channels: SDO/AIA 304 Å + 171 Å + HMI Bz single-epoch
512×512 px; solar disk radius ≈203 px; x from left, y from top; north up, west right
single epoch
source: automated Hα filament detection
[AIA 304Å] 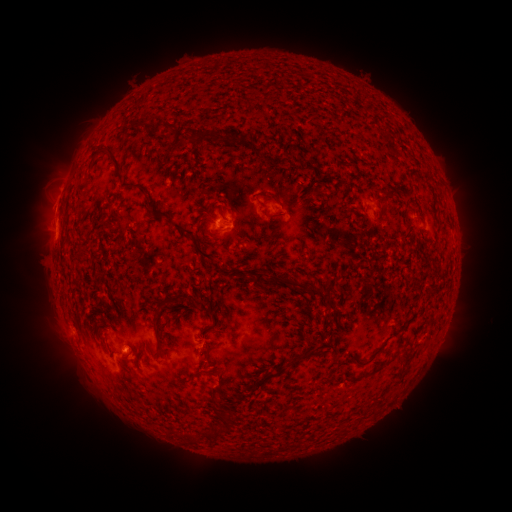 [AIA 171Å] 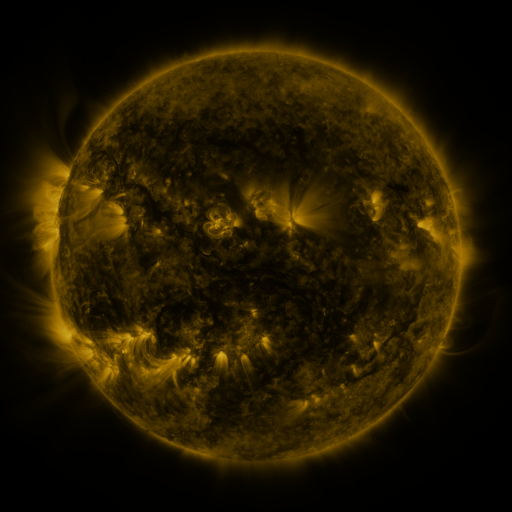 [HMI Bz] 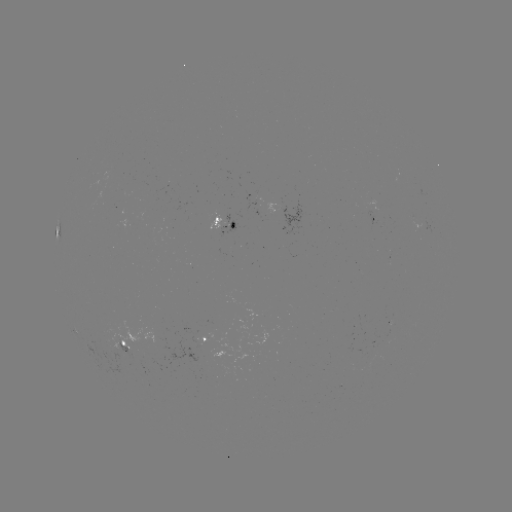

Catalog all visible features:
filament: (154, 119, 179, 134)
filament: (228, 127, 245, 146)
filament: (183, 128, 217, 144)
filament: (105, 146, 135, 189)
filament: (384, 190, 398, 201)
filament: (150, 208, 166, 221)
filament: (267, 212, 285, 220)
filament: (171, 222, 195, 236)
filament: (193, 240, 215, 261)
filament: (255, 272, 315, 291)
filament: (153, 290, 188, 312)
filament: (190, 295, 214, 321)
filament: (150, 318, 159, 328)
filament: (285, 349, 318, 367)
filament: (353, 353, 376, 368)
filament: (370, 367, 381, 375)
